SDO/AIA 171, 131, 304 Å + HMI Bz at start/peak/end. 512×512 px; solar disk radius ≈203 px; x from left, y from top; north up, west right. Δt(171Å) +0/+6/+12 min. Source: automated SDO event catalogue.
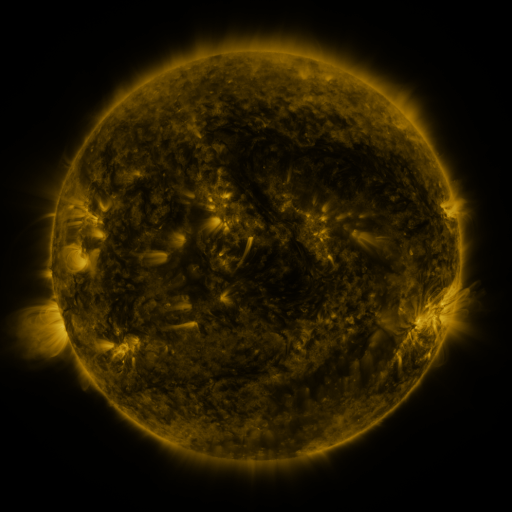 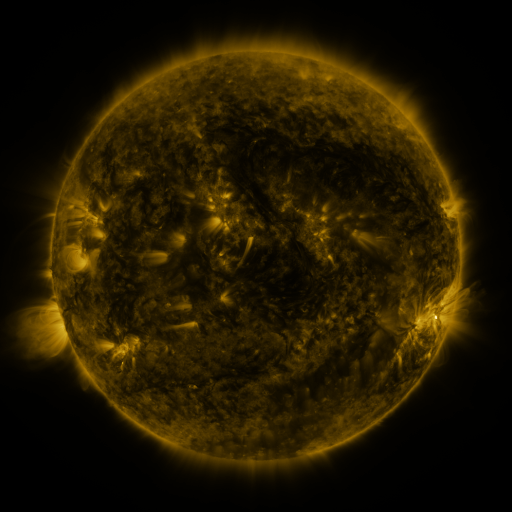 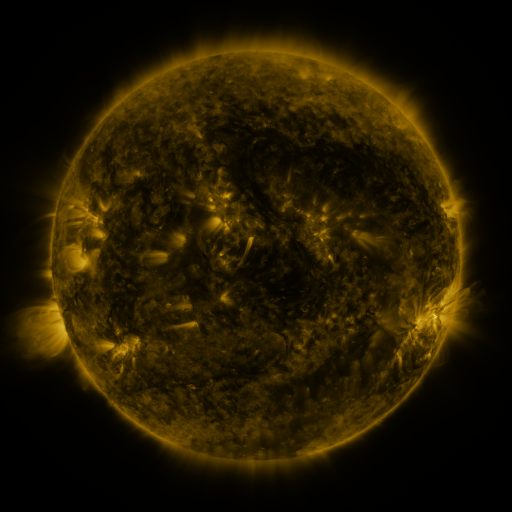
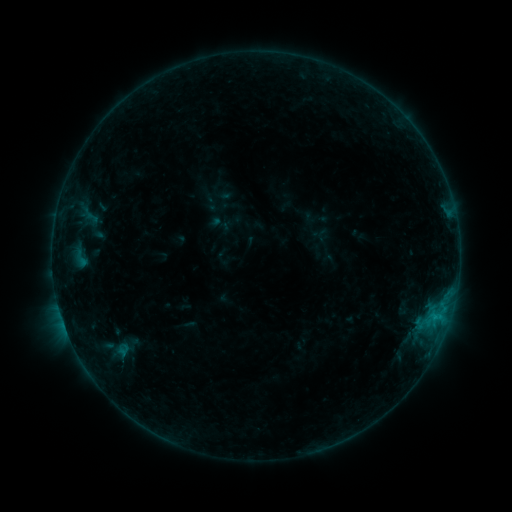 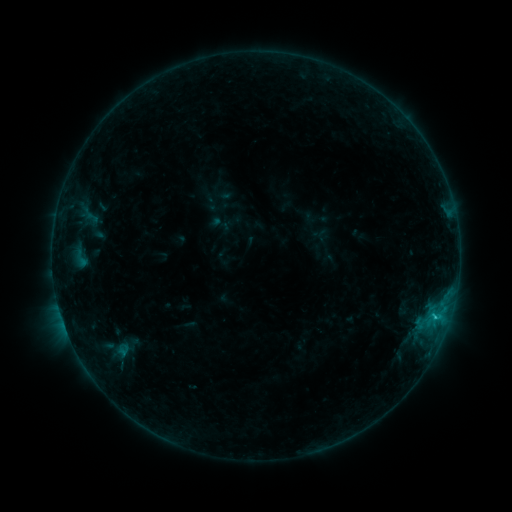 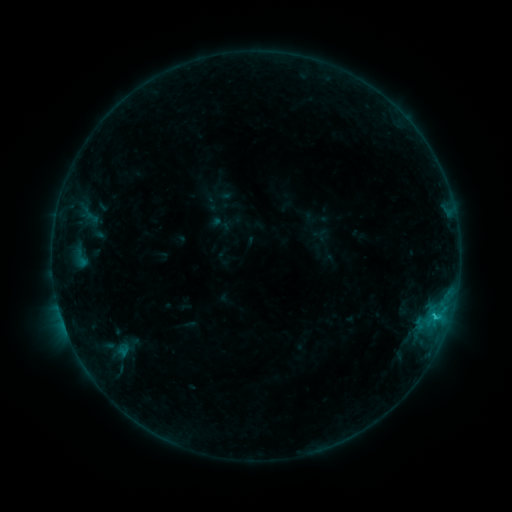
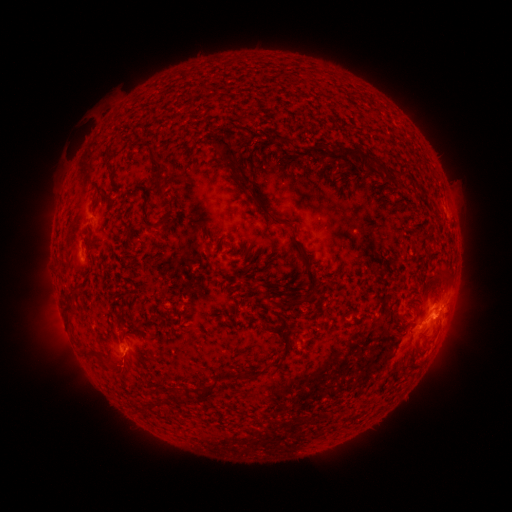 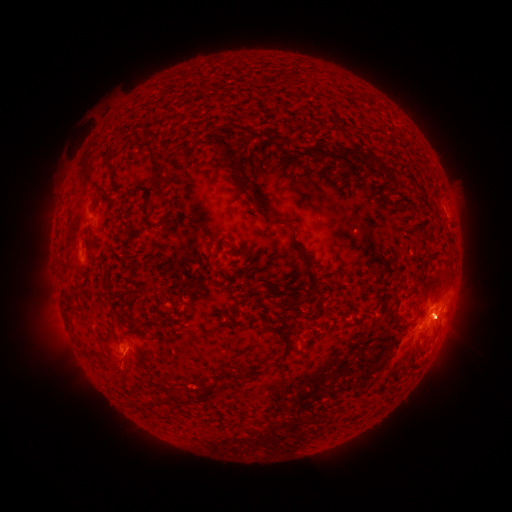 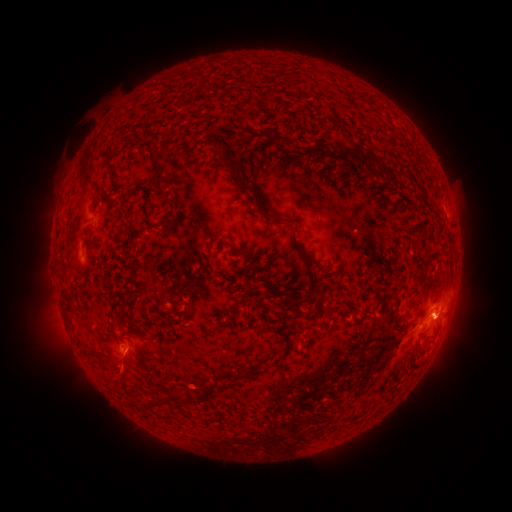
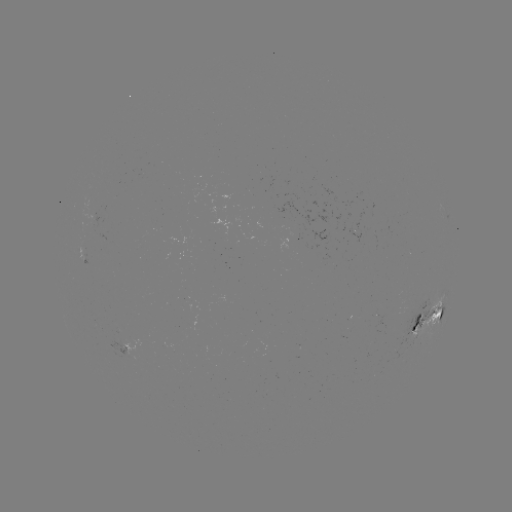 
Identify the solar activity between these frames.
C1.0 flare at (433, 315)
